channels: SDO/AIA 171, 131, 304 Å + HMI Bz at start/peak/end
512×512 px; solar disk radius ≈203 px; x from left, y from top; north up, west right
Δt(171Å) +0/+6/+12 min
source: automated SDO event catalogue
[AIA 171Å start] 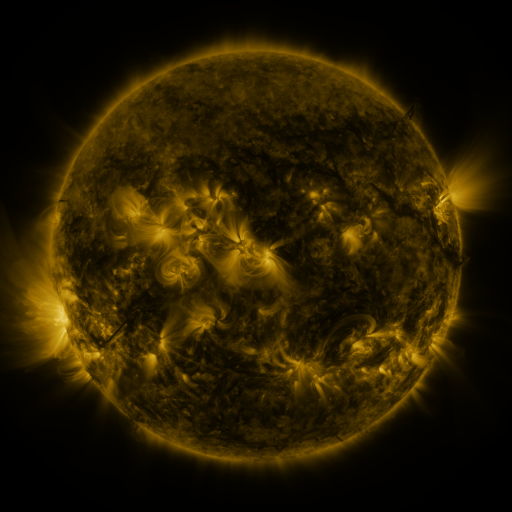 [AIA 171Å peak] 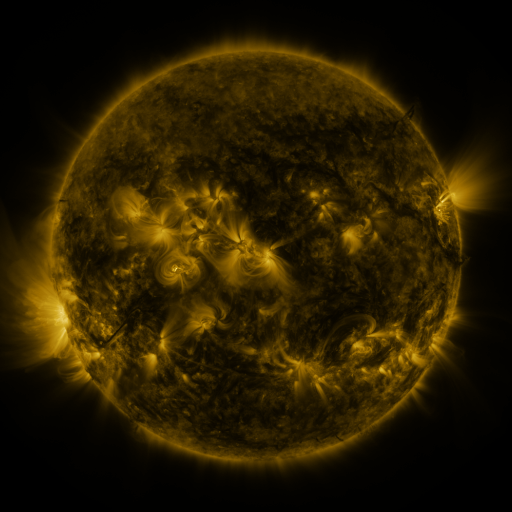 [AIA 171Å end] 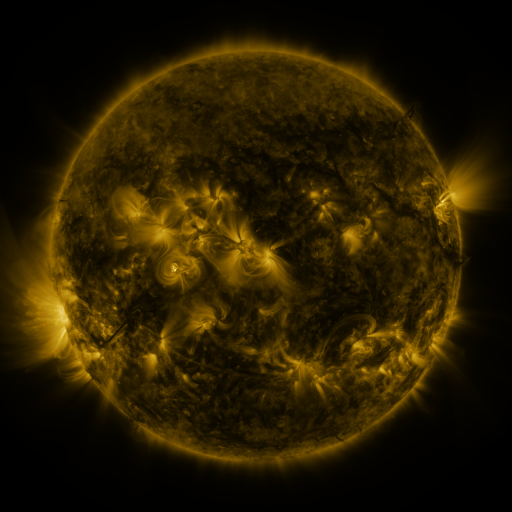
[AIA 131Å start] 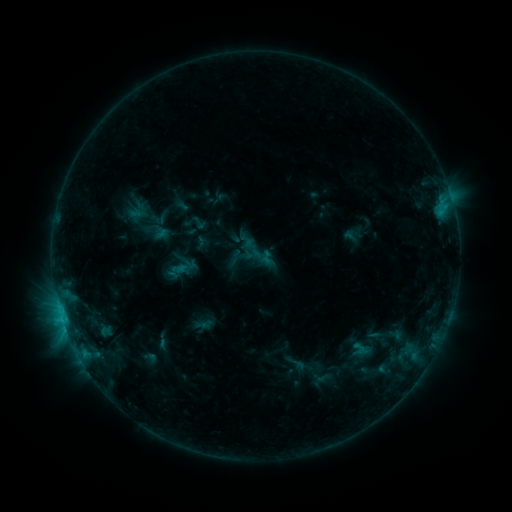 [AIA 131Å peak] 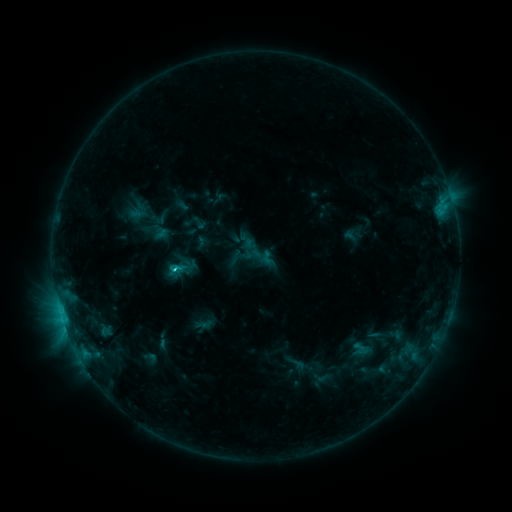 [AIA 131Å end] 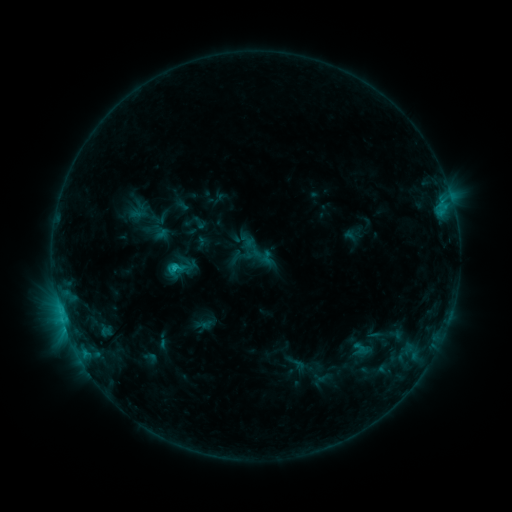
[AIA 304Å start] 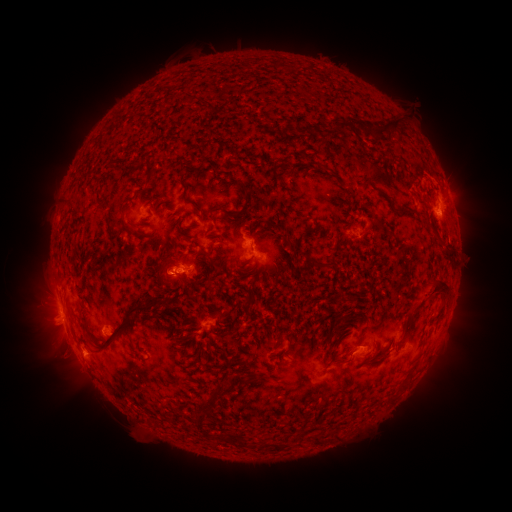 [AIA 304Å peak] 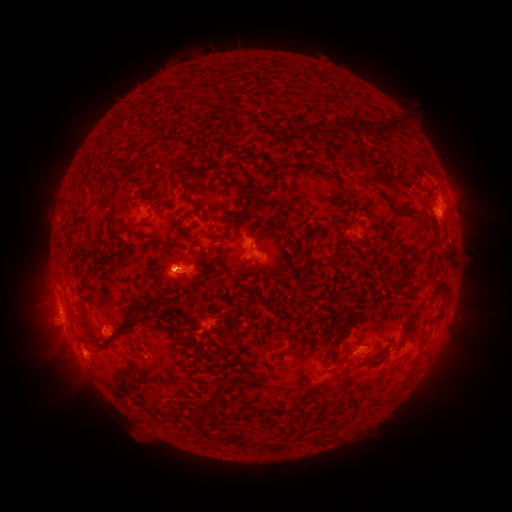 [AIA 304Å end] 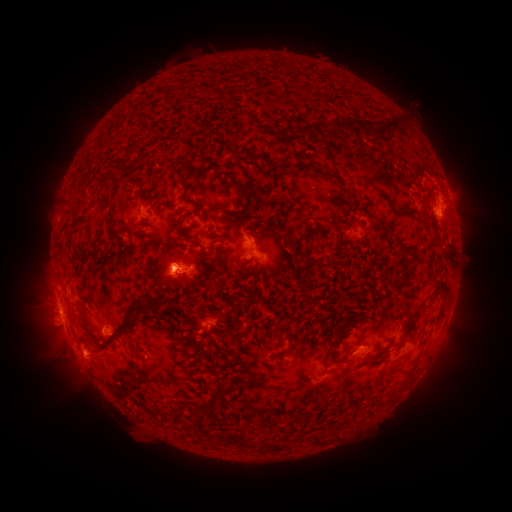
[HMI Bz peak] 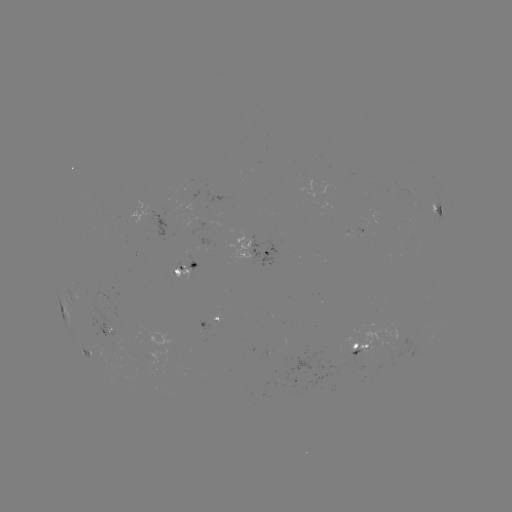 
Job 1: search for C1.5 flare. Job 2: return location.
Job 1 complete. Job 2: [179, 272].